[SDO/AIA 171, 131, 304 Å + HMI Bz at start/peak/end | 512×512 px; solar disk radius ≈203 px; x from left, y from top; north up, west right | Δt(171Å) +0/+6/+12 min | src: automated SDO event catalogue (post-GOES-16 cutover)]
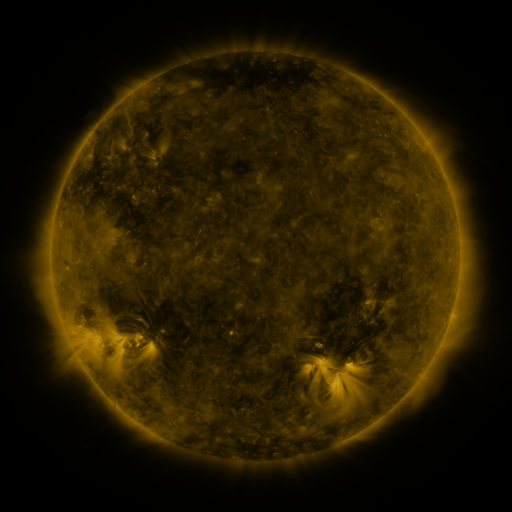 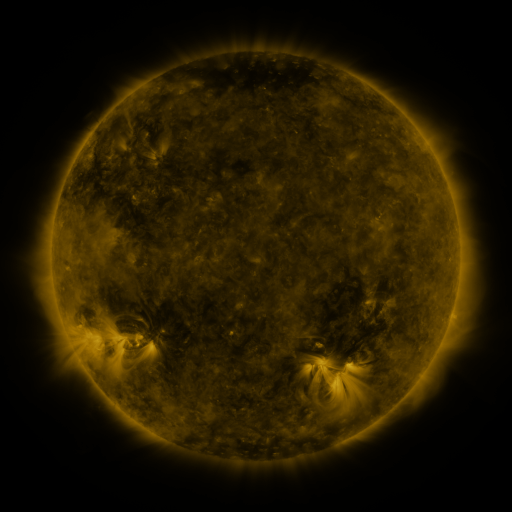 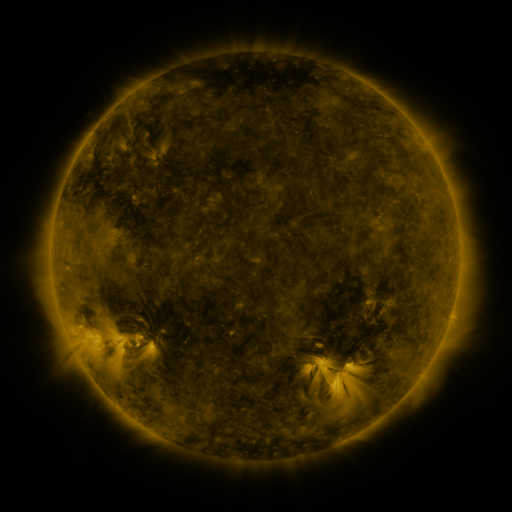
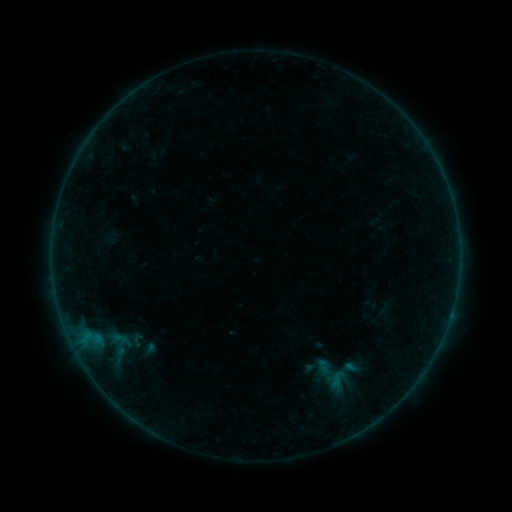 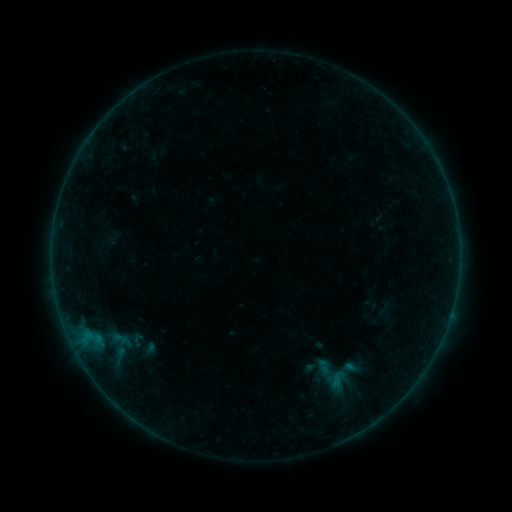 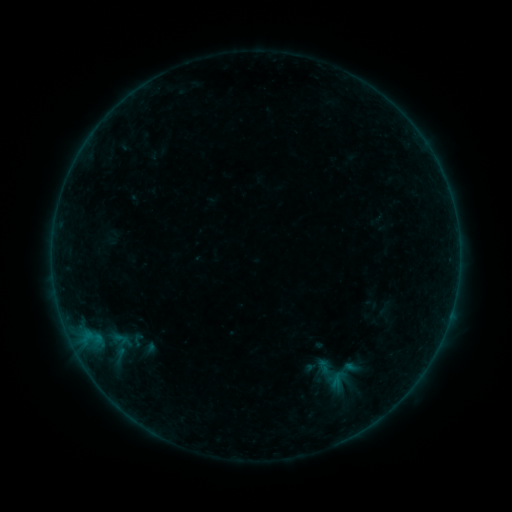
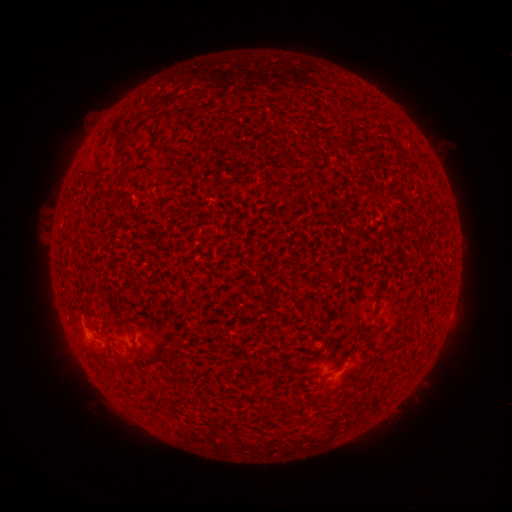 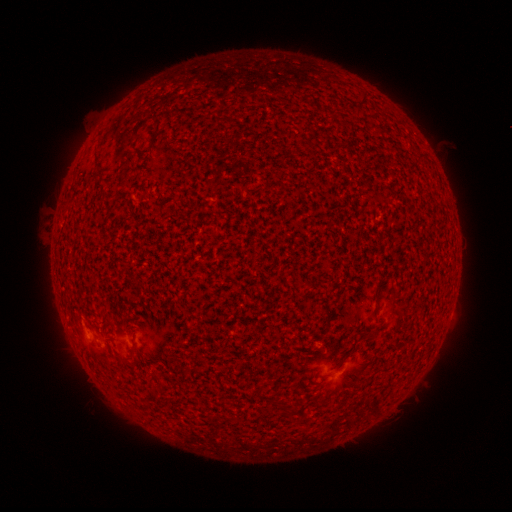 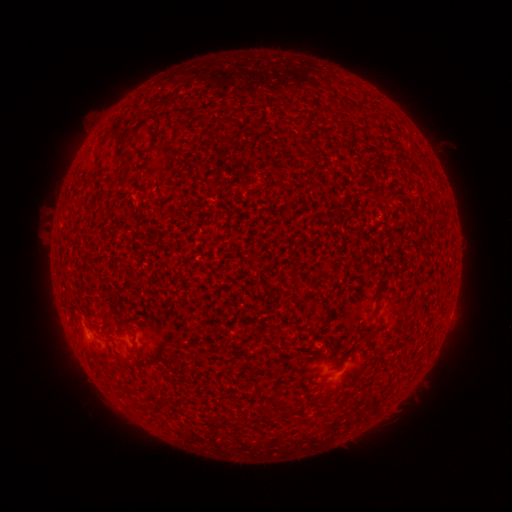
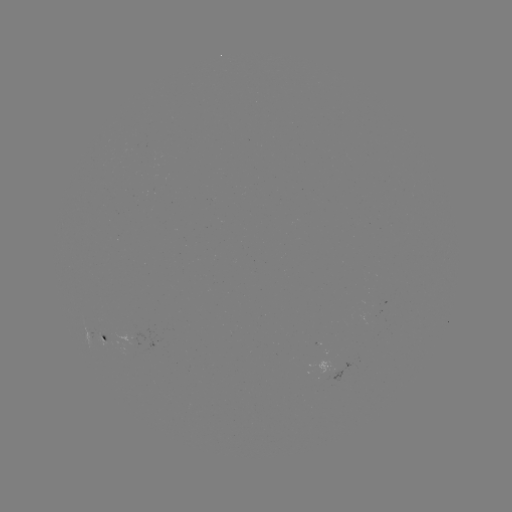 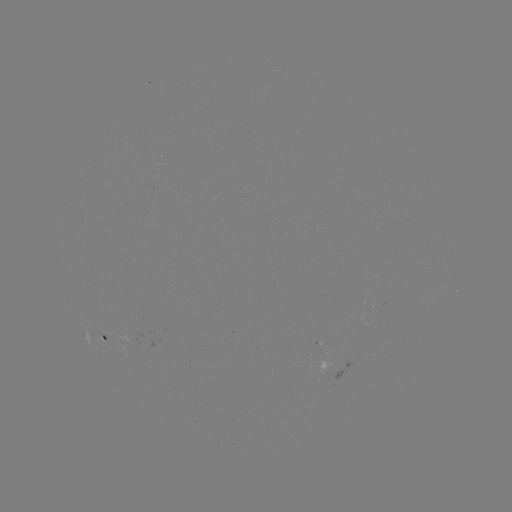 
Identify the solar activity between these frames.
no catalogued flare and no flagged EUV brightening in this window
